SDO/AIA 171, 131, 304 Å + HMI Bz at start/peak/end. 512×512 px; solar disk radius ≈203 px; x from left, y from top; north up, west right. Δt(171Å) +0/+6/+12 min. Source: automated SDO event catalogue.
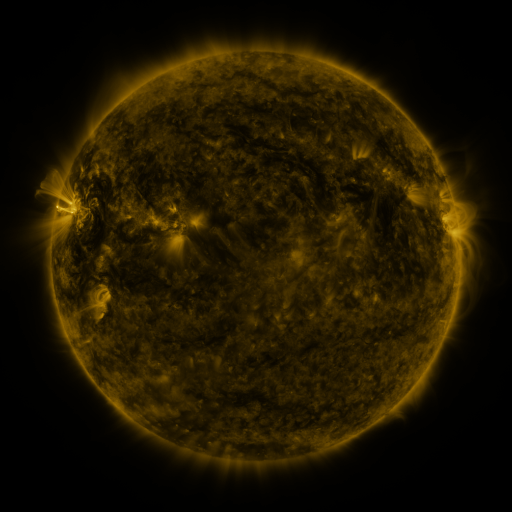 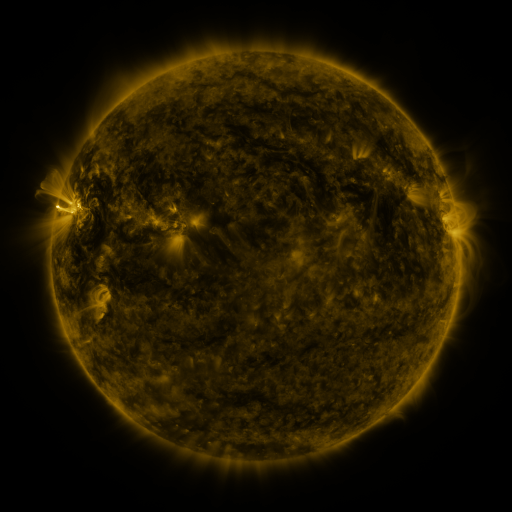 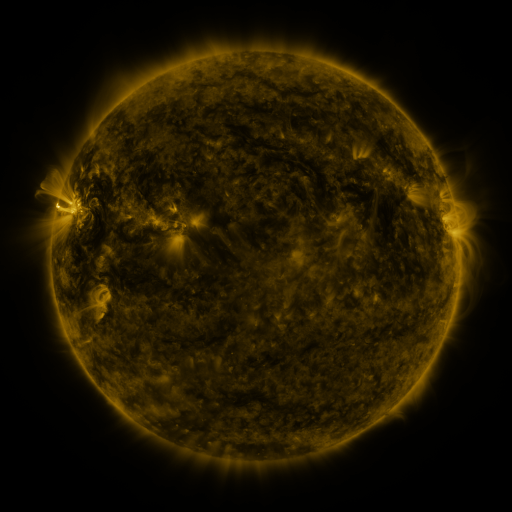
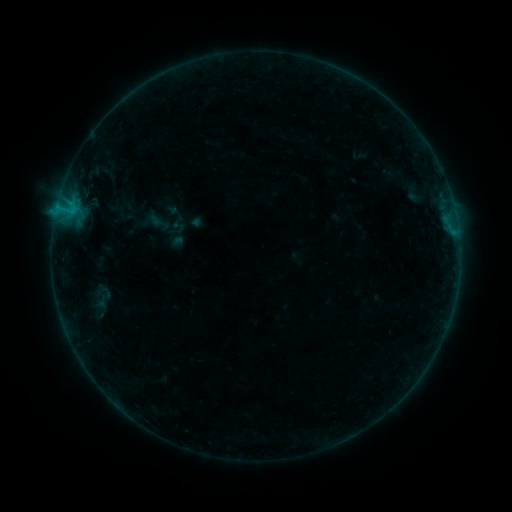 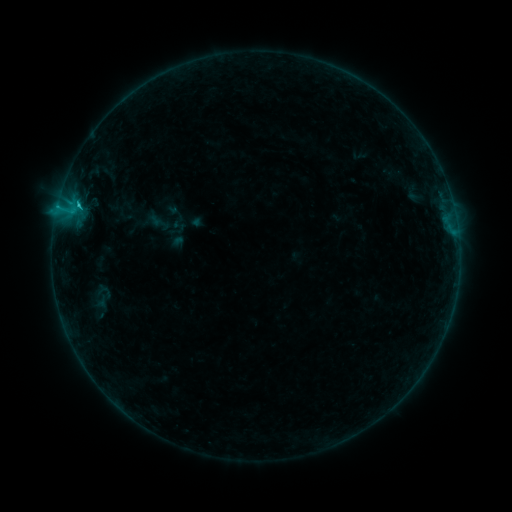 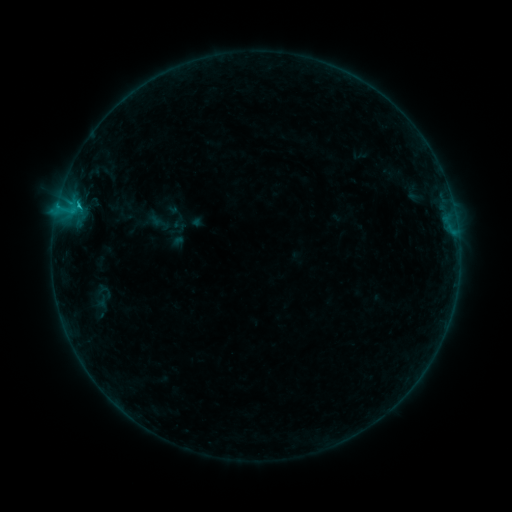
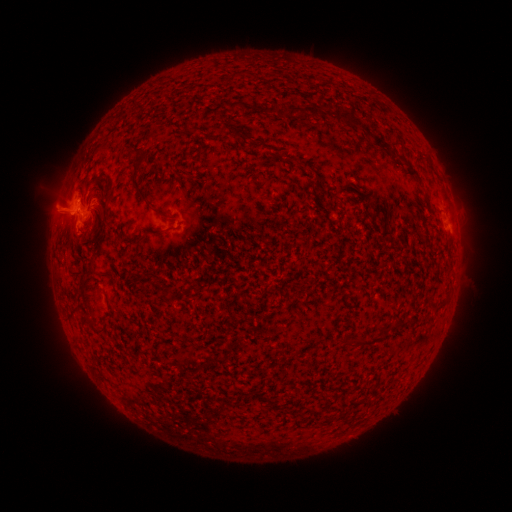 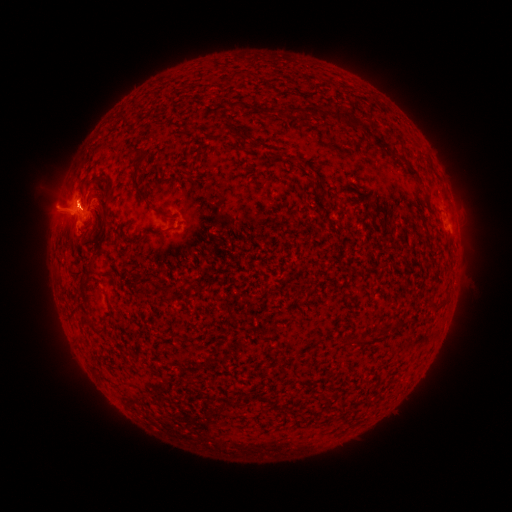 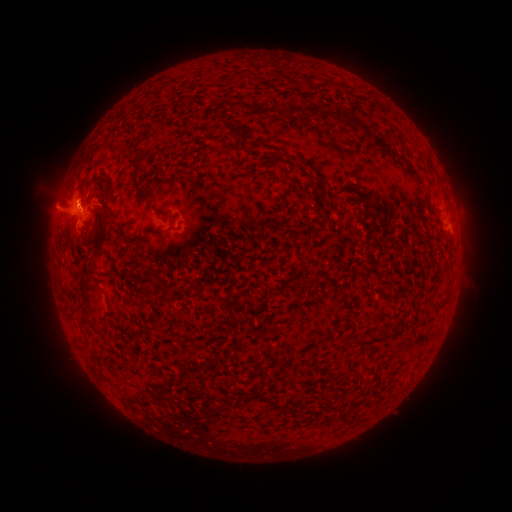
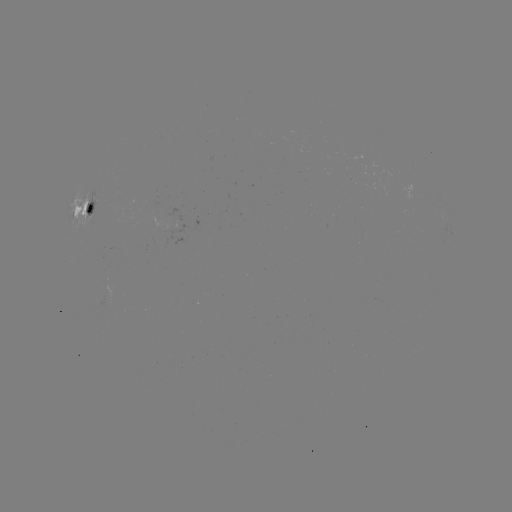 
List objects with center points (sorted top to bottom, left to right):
C1.7 flare: (79, 207)
